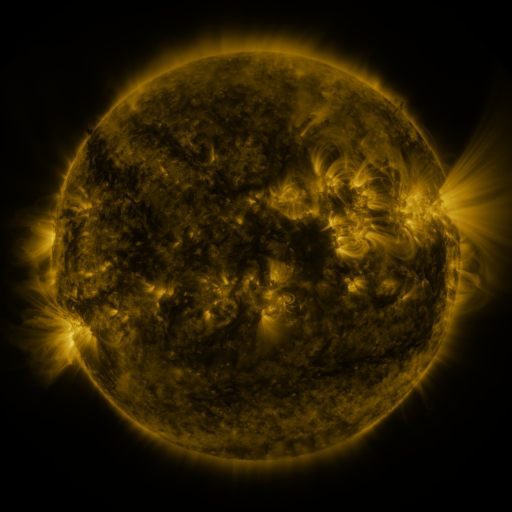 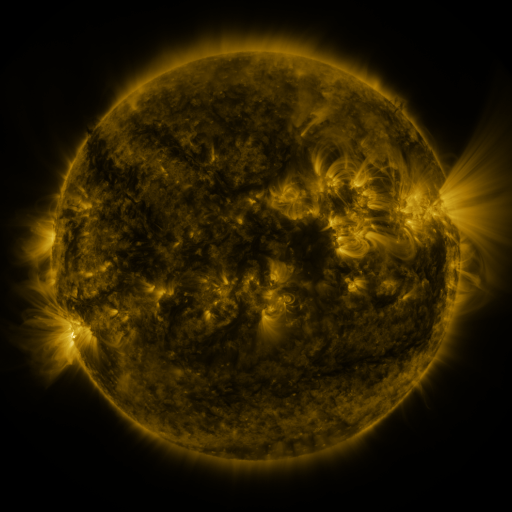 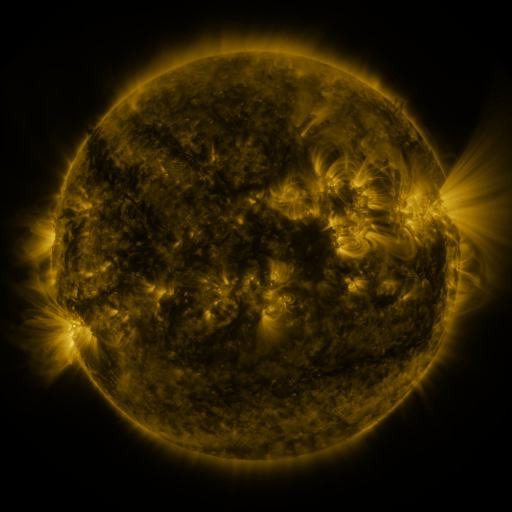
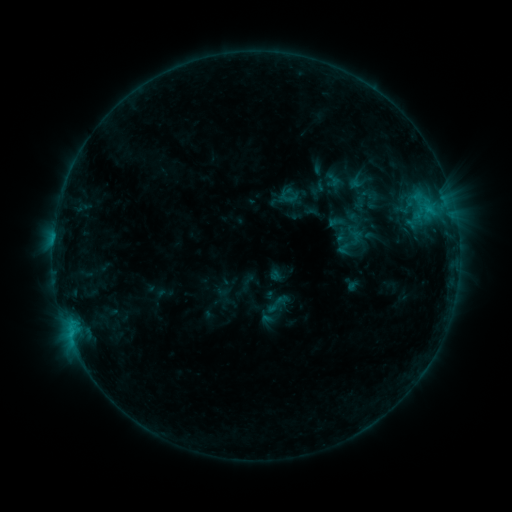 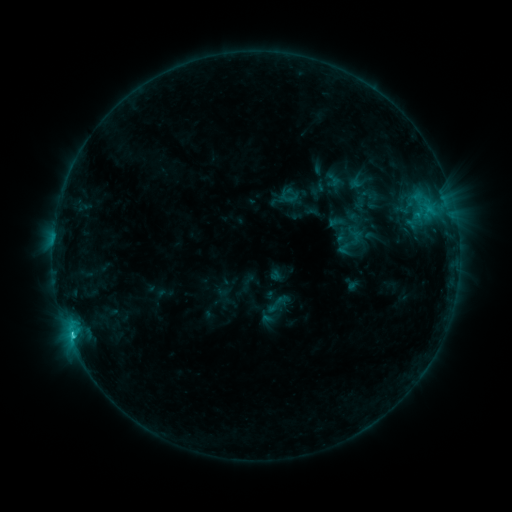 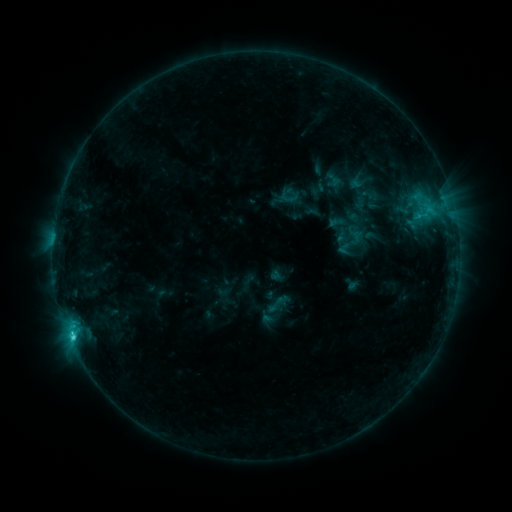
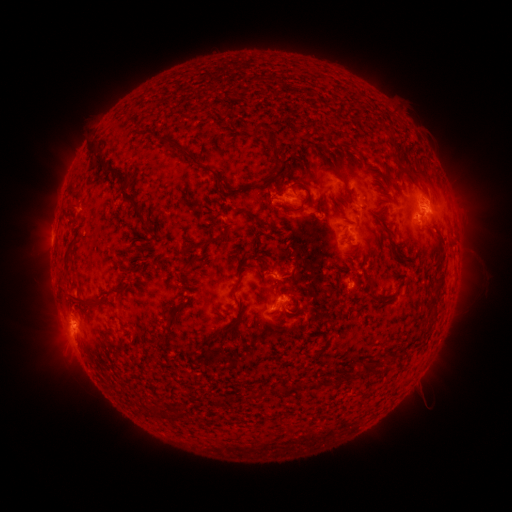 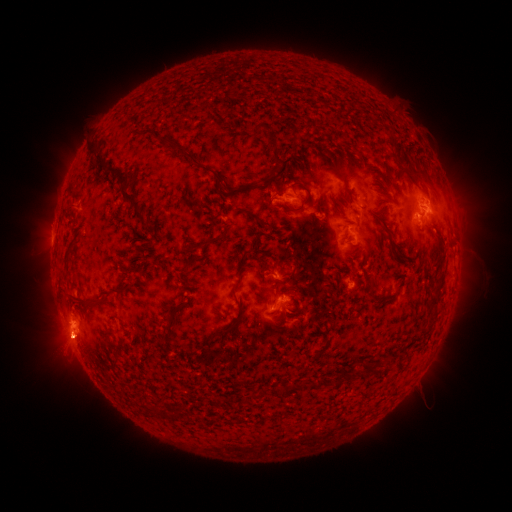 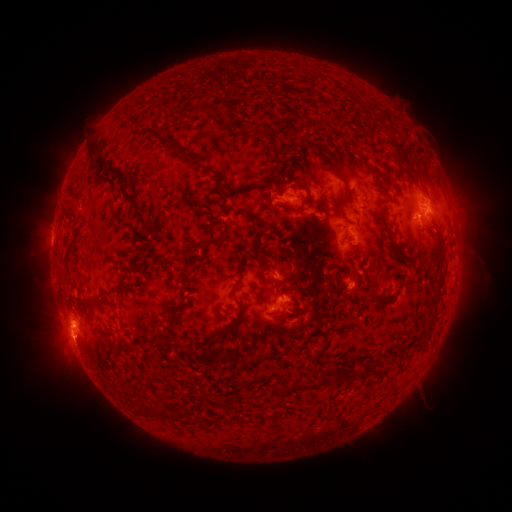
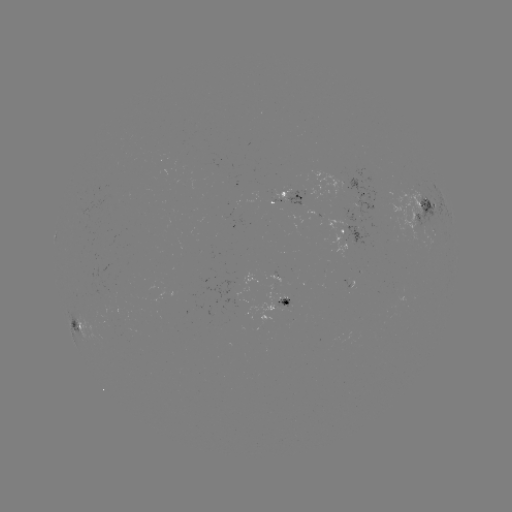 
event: flare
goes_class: C1.9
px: (73, 332)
